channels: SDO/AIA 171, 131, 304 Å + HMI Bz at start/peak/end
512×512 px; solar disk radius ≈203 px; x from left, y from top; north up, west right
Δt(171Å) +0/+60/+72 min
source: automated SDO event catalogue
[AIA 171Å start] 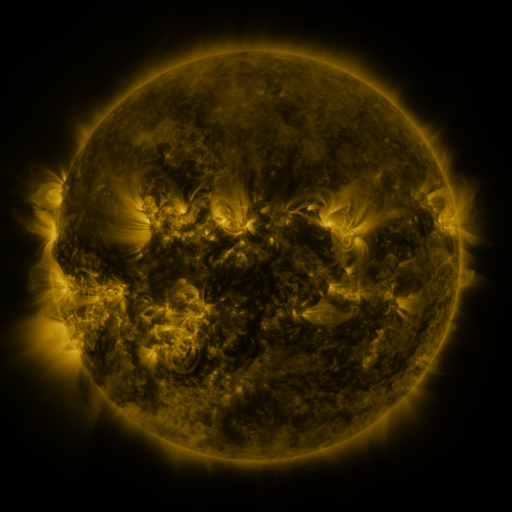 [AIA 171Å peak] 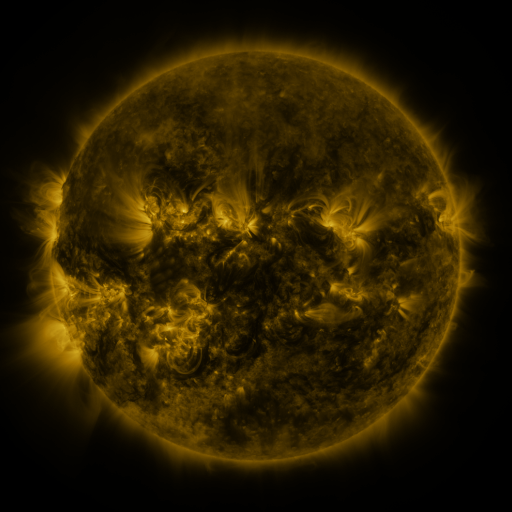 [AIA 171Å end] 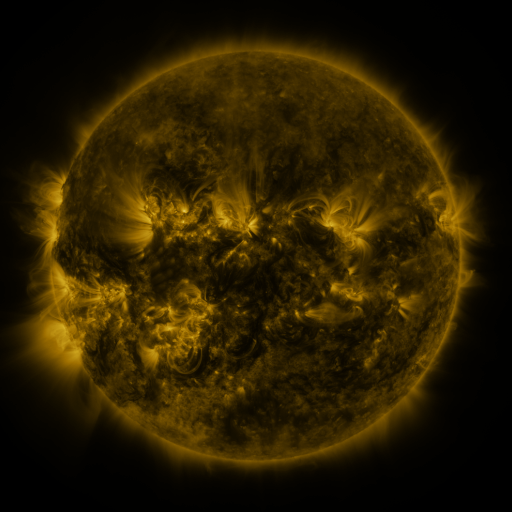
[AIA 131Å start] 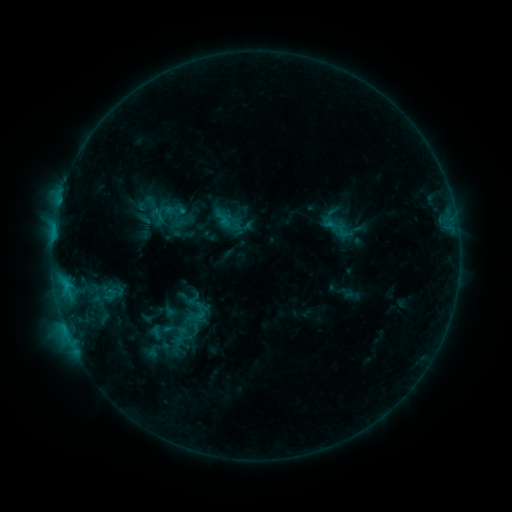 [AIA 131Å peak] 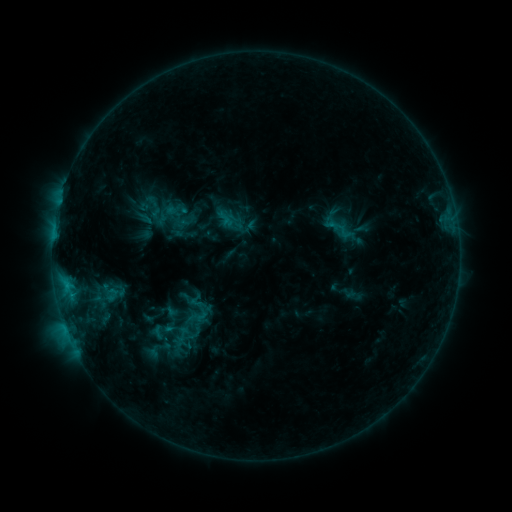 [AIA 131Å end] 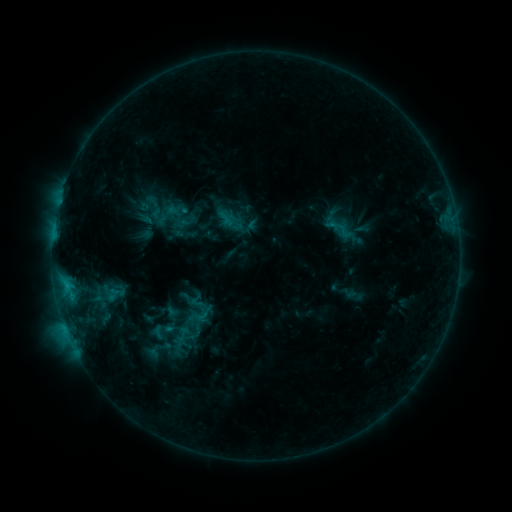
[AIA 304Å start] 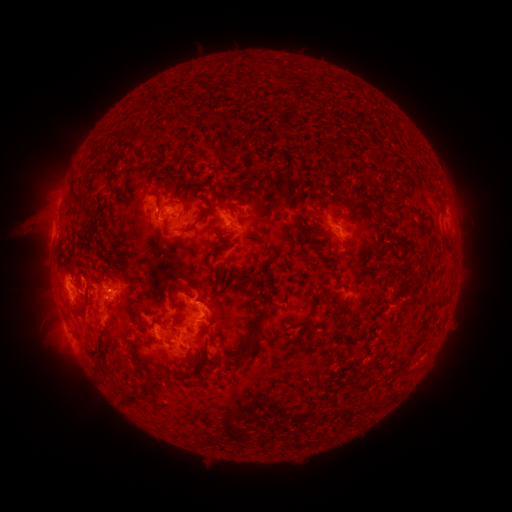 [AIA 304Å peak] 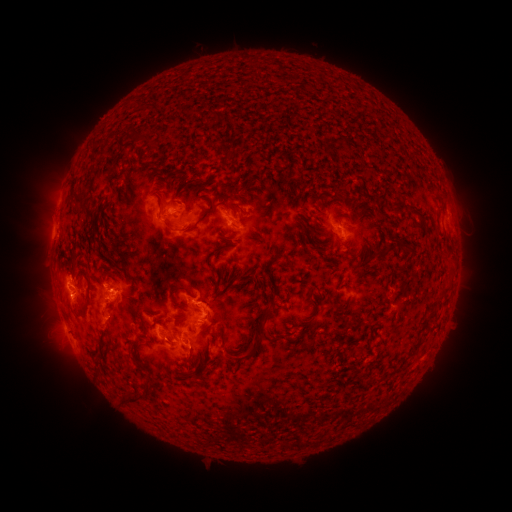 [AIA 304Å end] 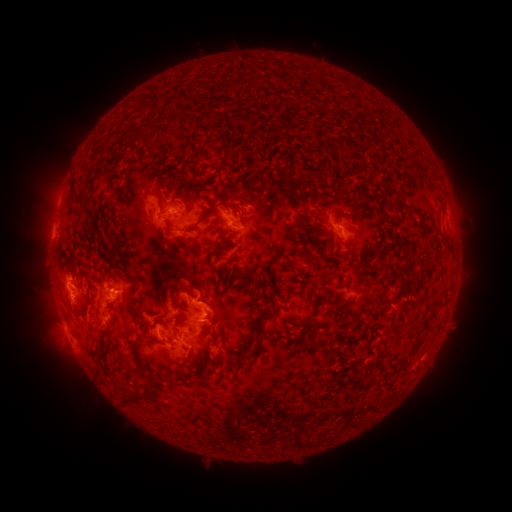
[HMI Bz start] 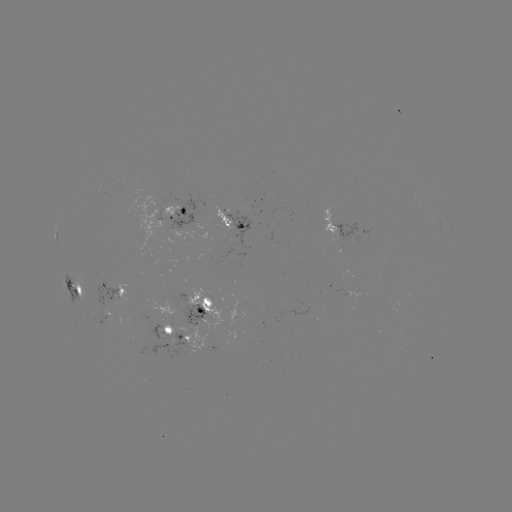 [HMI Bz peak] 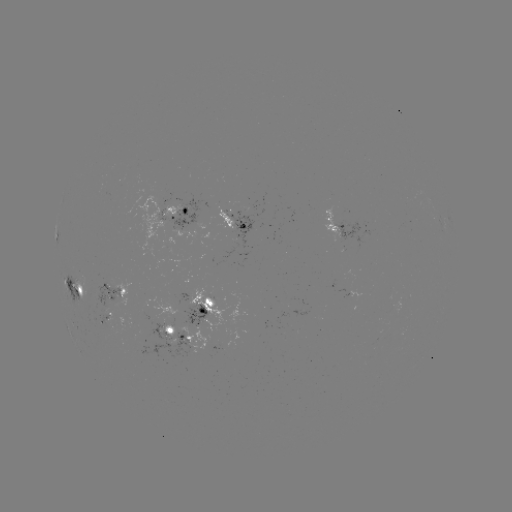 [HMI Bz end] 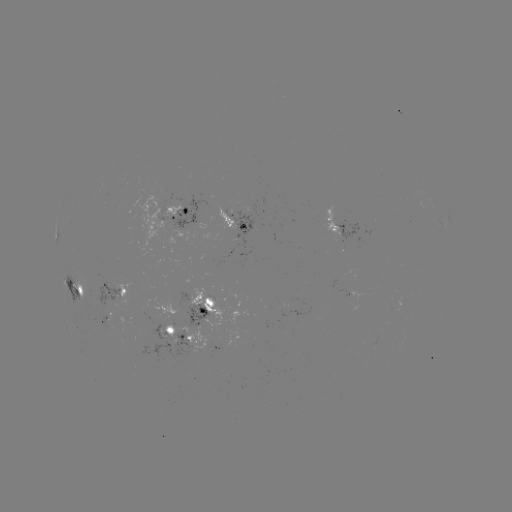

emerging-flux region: (181, 303, 210, 327)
